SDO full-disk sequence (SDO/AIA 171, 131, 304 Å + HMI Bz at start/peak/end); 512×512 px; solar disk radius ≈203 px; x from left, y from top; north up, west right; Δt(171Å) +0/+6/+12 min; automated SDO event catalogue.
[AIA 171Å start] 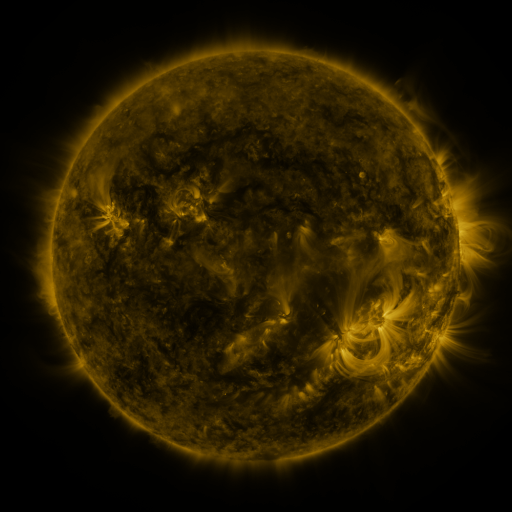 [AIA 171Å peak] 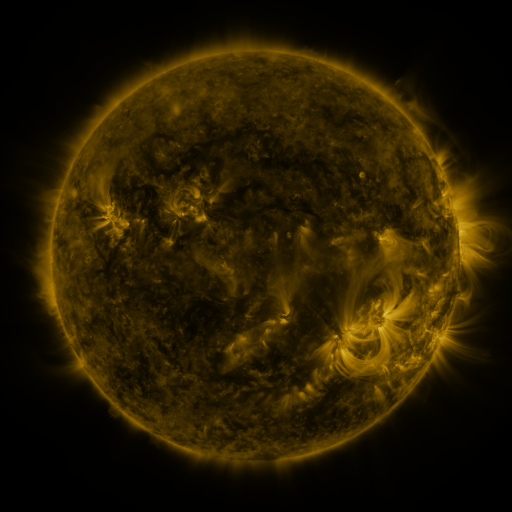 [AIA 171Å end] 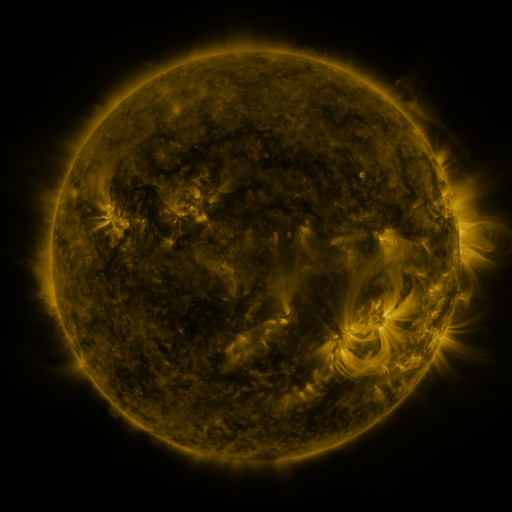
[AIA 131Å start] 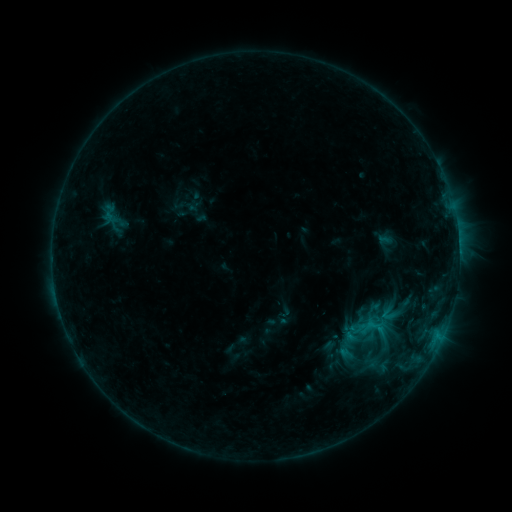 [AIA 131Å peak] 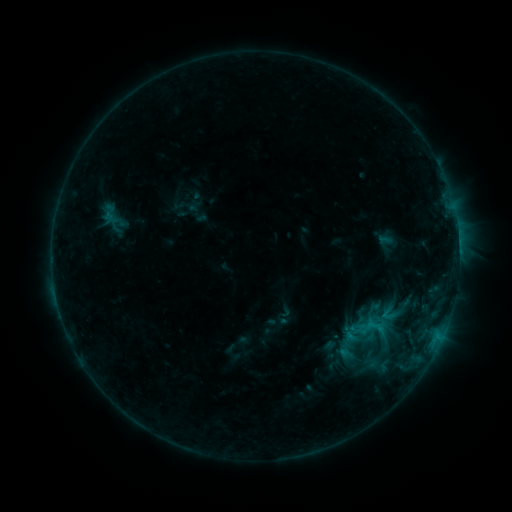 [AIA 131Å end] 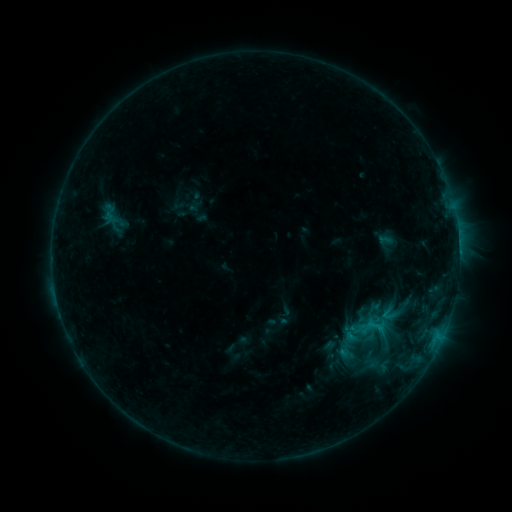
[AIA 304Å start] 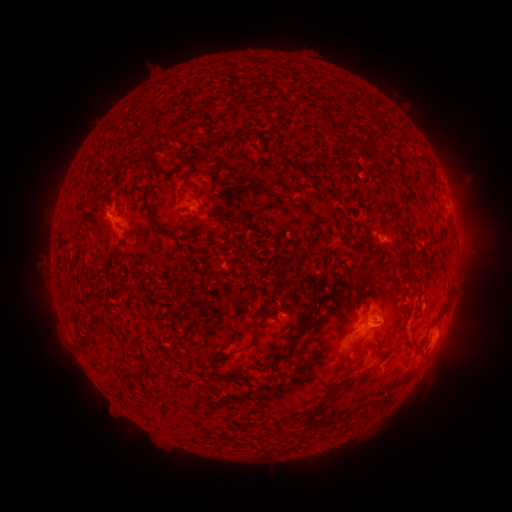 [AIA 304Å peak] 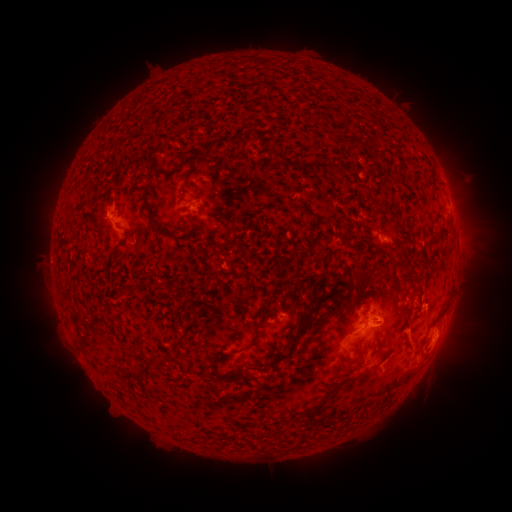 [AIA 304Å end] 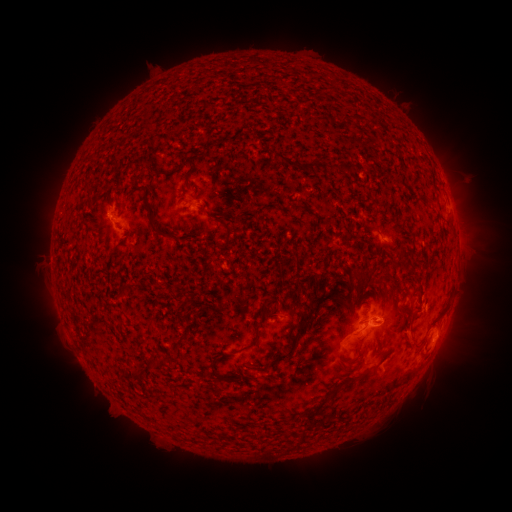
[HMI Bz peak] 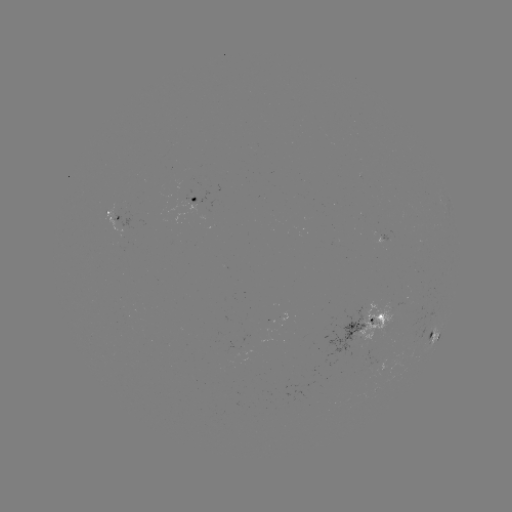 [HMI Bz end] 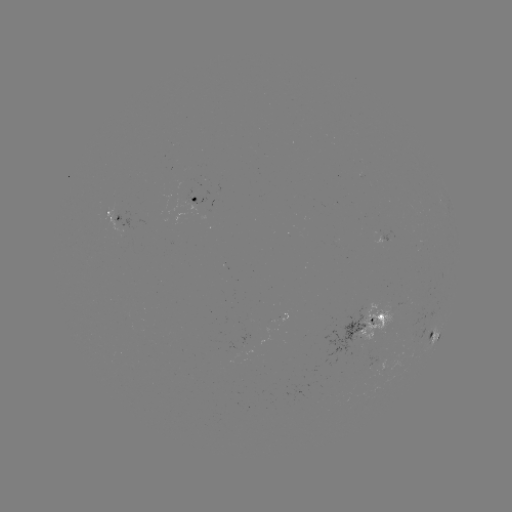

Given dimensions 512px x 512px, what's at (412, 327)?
eruption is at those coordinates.